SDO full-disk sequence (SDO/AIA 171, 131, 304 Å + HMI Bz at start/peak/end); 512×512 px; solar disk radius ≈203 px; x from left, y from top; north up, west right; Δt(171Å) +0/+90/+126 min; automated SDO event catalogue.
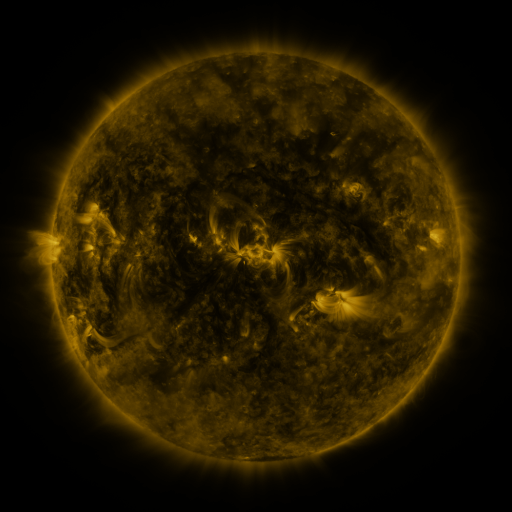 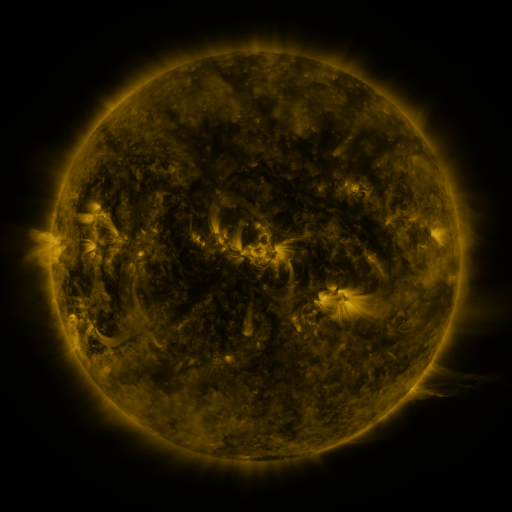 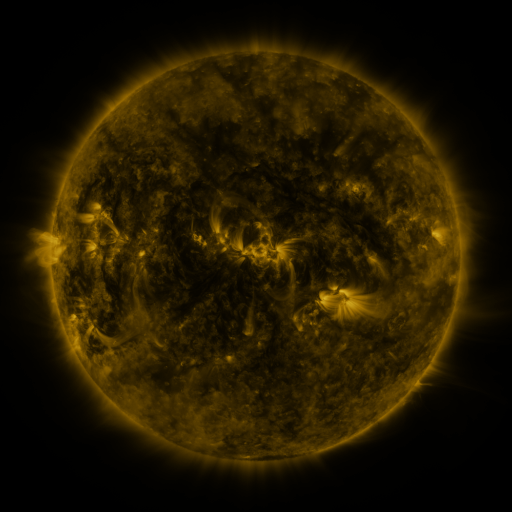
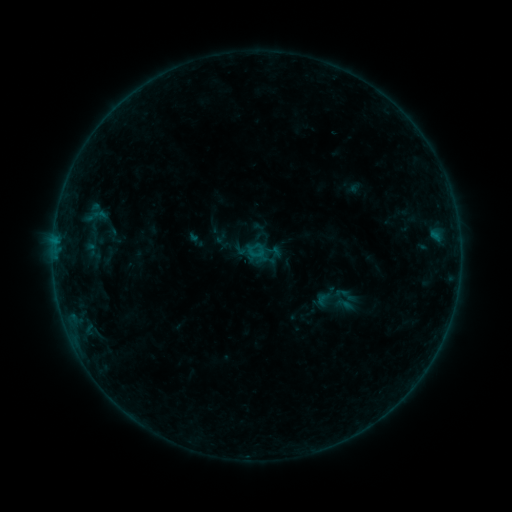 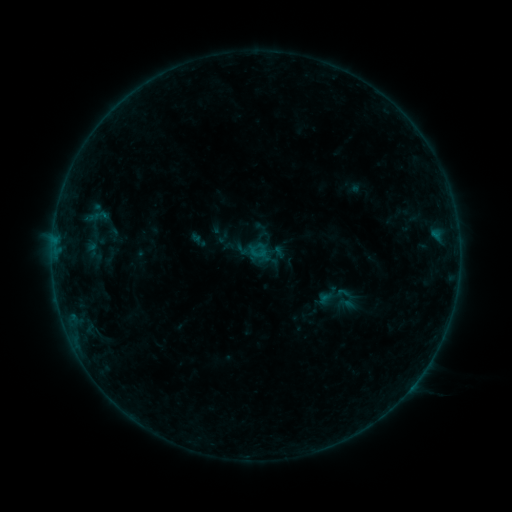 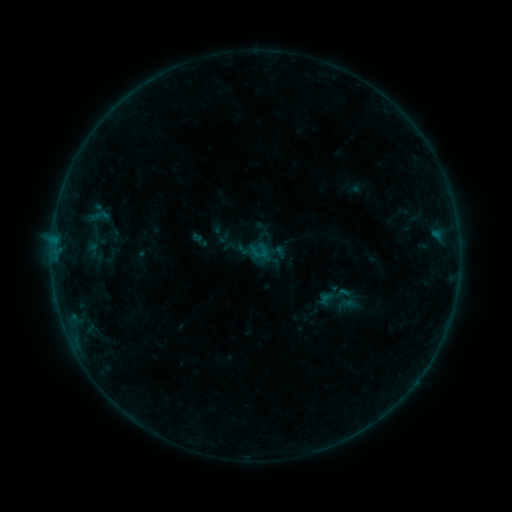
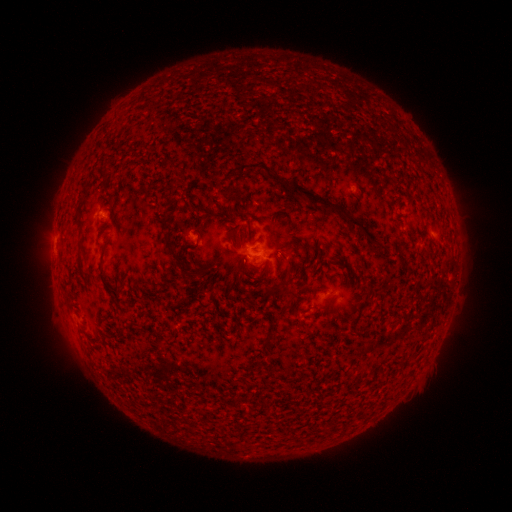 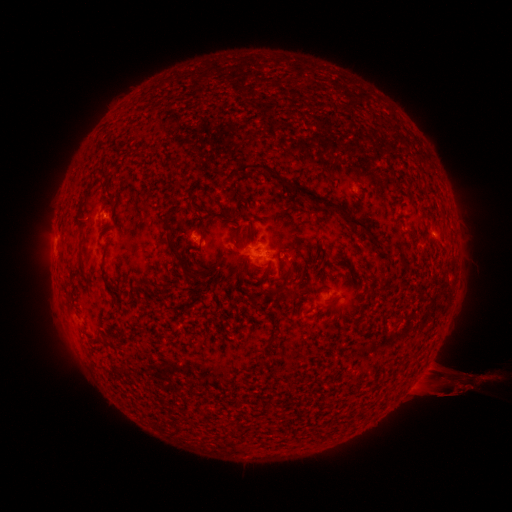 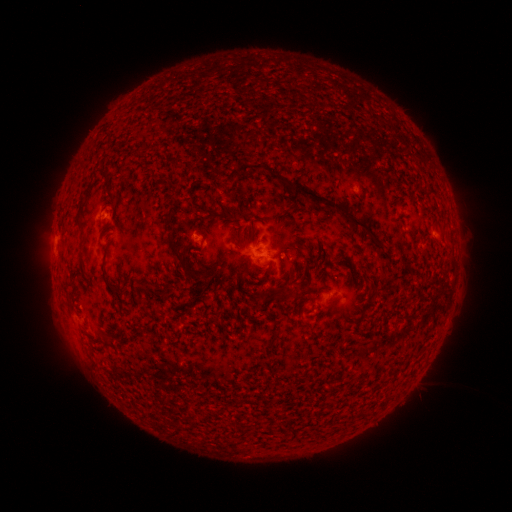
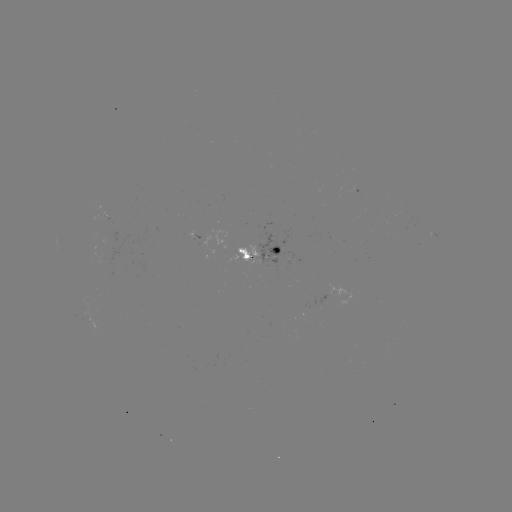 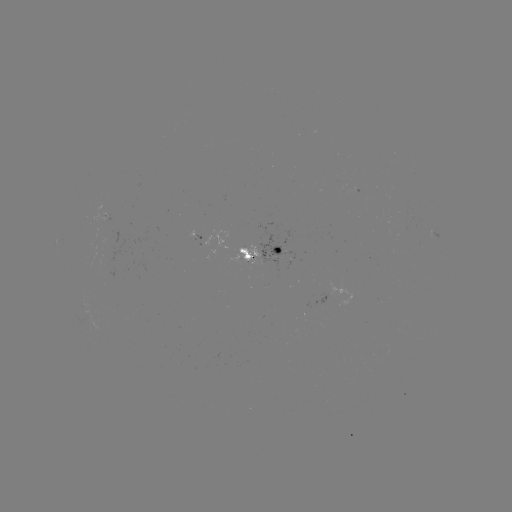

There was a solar emerging-flux region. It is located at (195, 235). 